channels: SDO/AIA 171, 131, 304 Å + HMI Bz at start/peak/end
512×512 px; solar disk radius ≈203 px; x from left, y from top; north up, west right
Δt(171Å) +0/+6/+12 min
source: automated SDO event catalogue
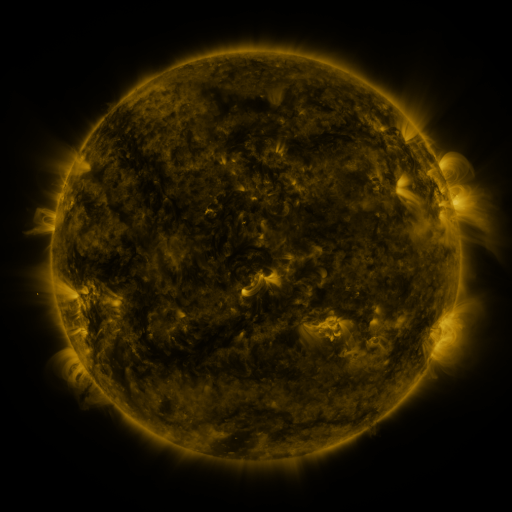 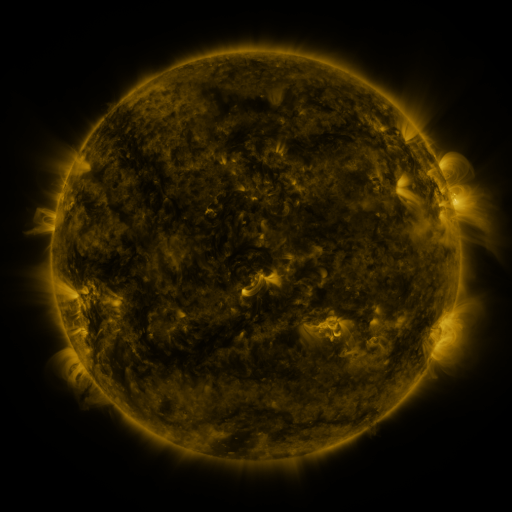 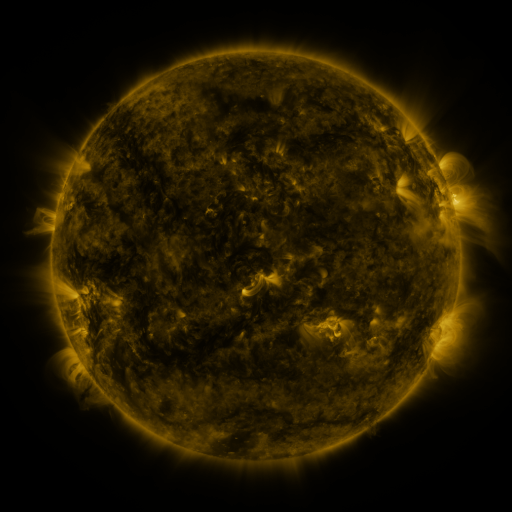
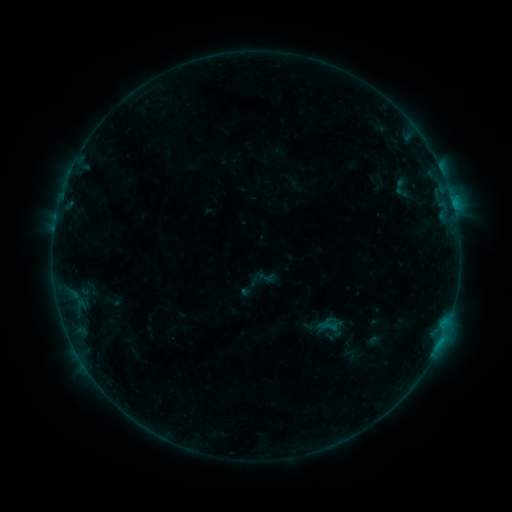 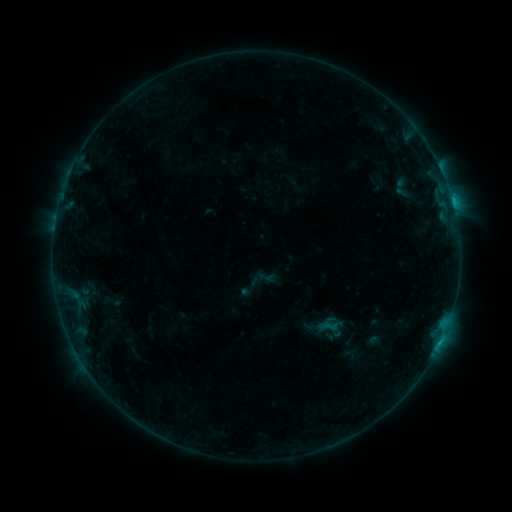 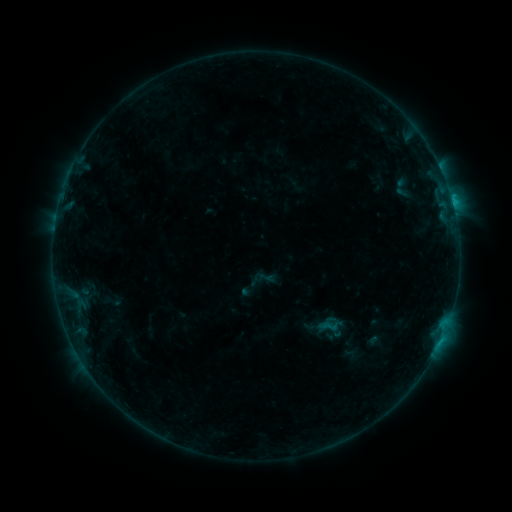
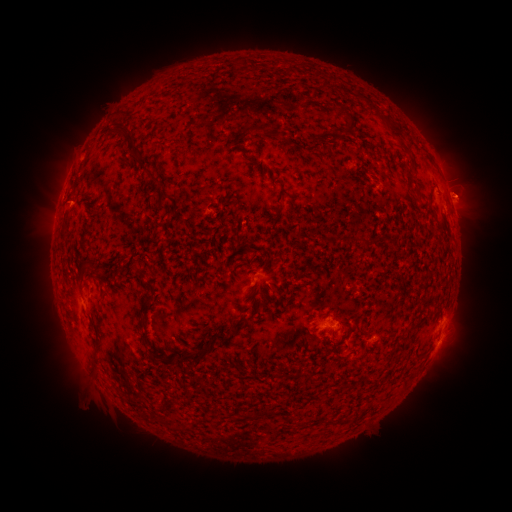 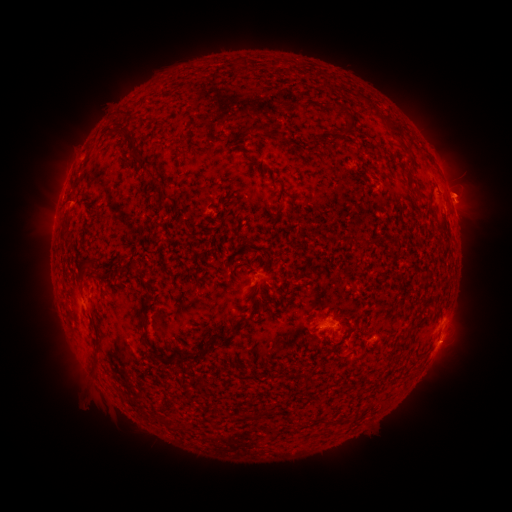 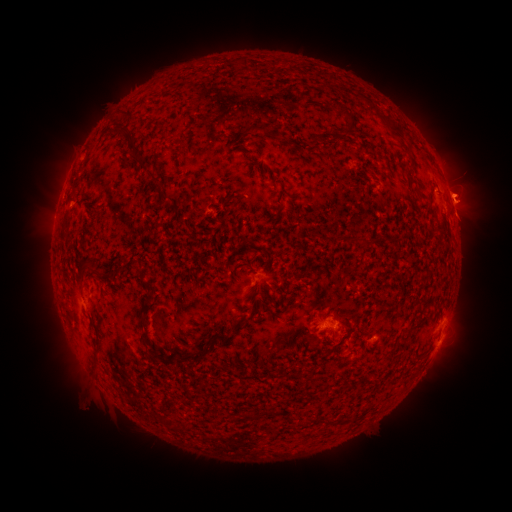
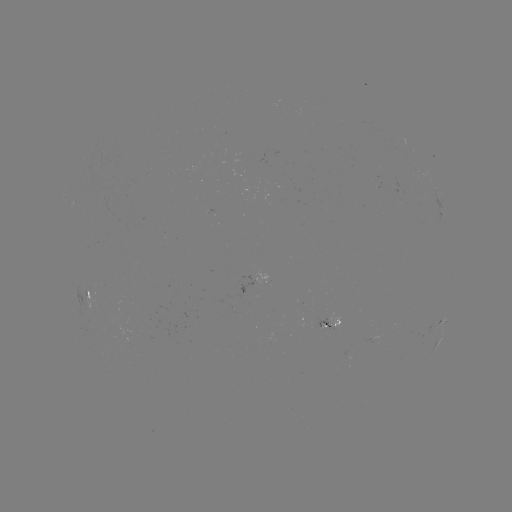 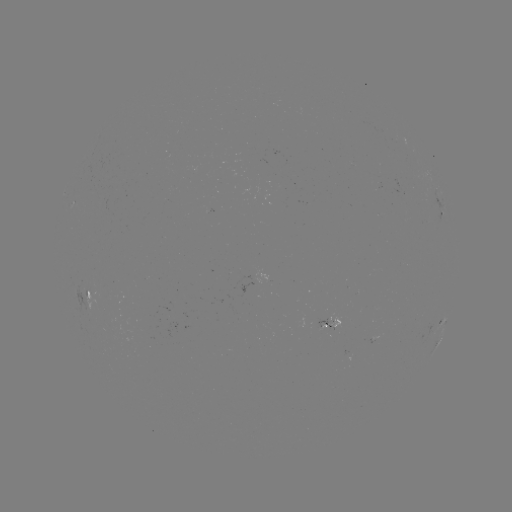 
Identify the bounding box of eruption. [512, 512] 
[444, 179, 488, 225].